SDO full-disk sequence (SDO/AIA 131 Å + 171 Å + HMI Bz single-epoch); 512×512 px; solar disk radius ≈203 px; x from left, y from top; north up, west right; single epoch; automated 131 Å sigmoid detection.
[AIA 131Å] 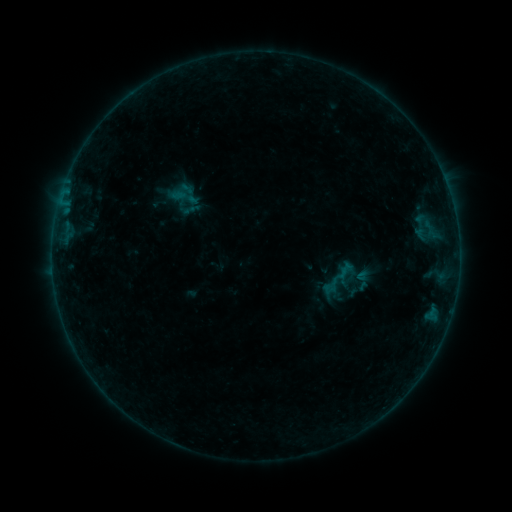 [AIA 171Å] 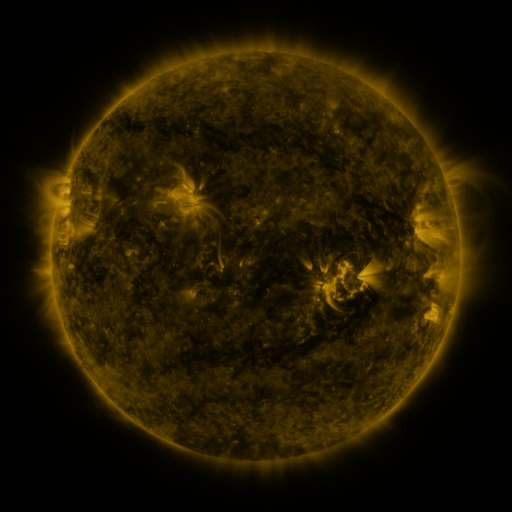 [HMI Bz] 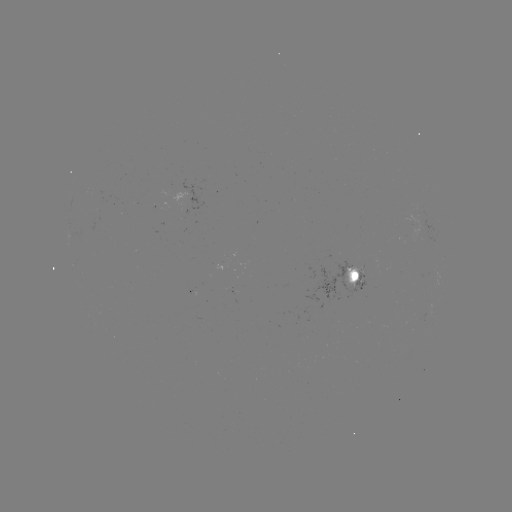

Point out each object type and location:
sigmoid: <bbox>174, 183, 191, 200</bbox>
